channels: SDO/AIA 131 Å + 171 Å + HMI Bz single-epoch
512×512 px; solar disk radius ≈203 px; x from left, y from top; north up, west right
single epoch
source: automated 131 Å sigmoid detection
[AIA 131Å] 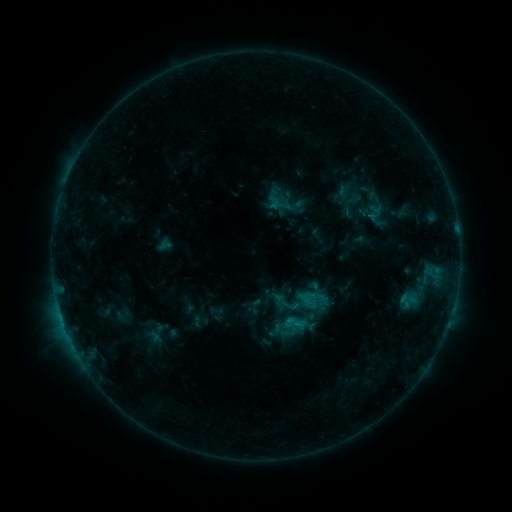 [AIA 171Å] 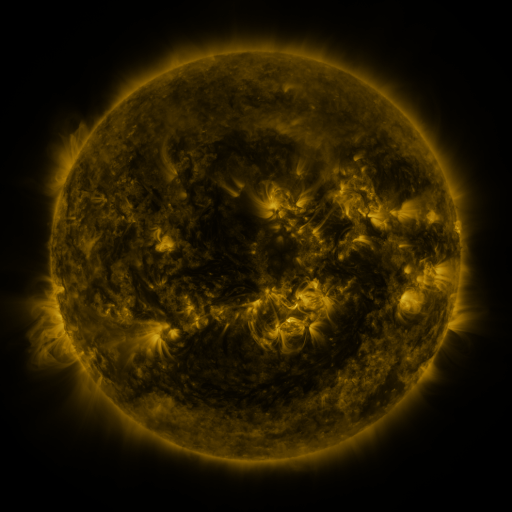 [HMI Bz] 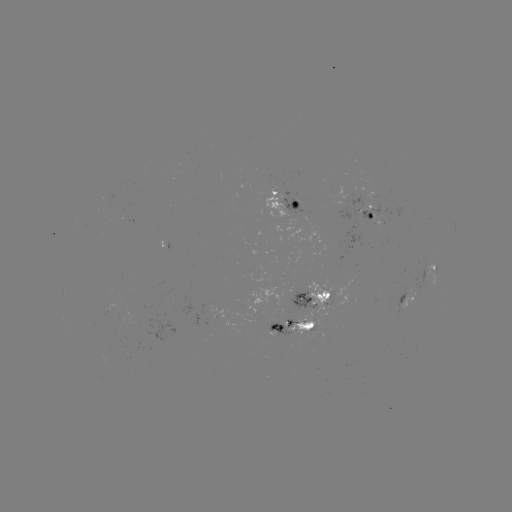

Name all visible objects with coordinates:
sigmoid: <bbox>274, 290, 298, 314</bbox>
